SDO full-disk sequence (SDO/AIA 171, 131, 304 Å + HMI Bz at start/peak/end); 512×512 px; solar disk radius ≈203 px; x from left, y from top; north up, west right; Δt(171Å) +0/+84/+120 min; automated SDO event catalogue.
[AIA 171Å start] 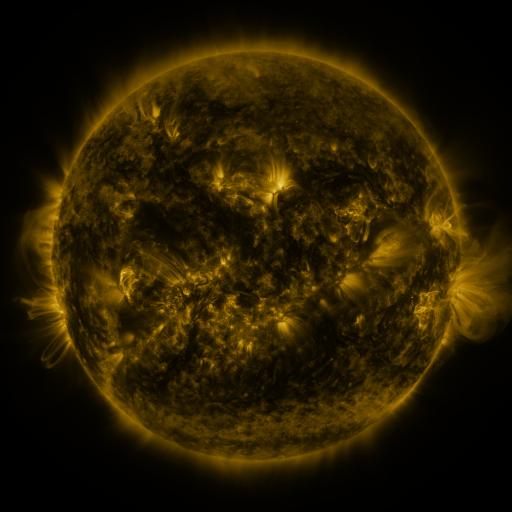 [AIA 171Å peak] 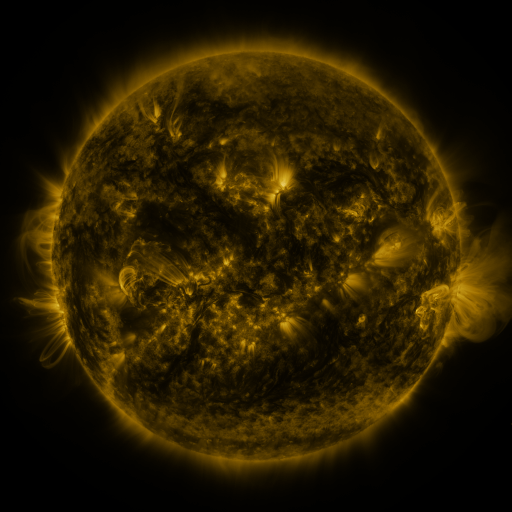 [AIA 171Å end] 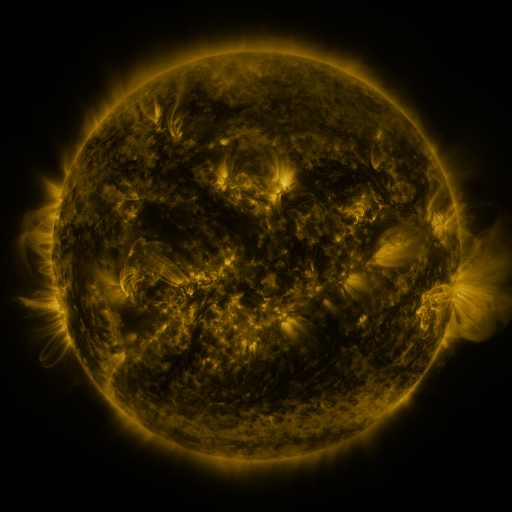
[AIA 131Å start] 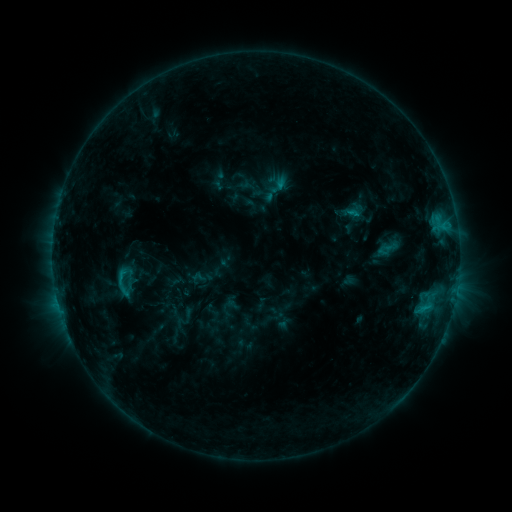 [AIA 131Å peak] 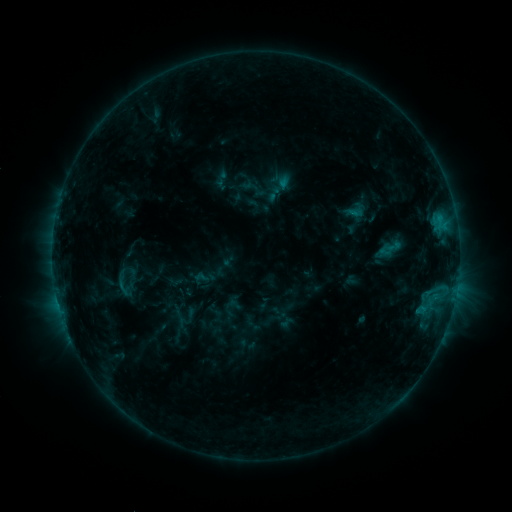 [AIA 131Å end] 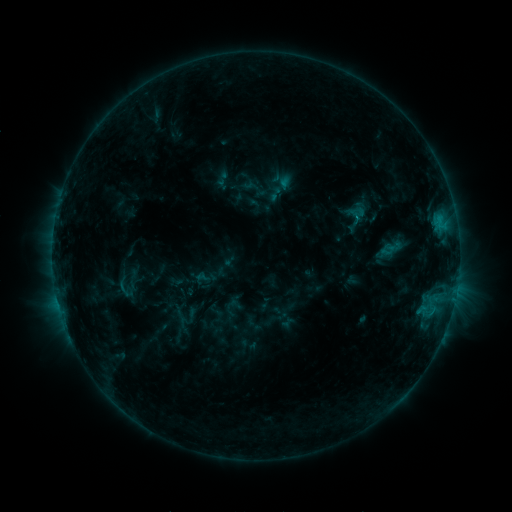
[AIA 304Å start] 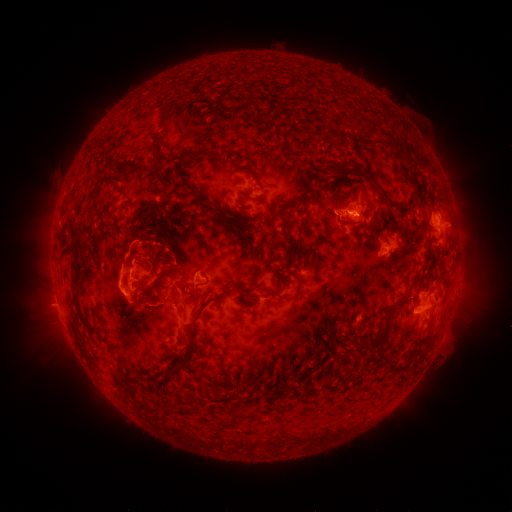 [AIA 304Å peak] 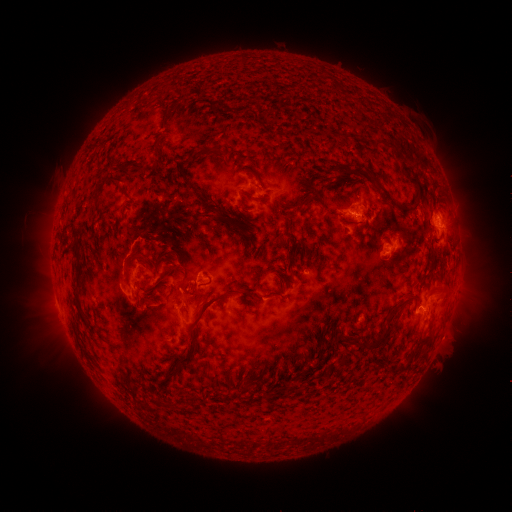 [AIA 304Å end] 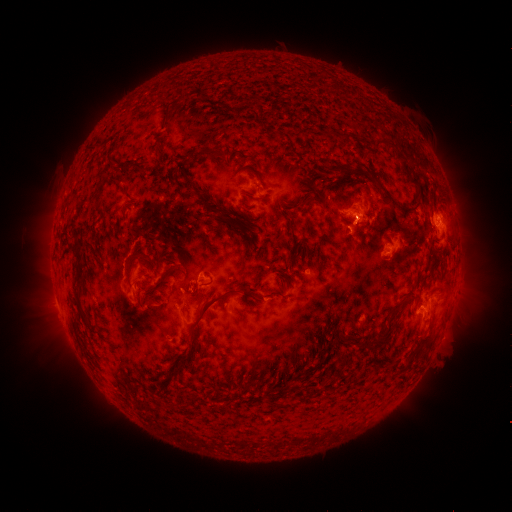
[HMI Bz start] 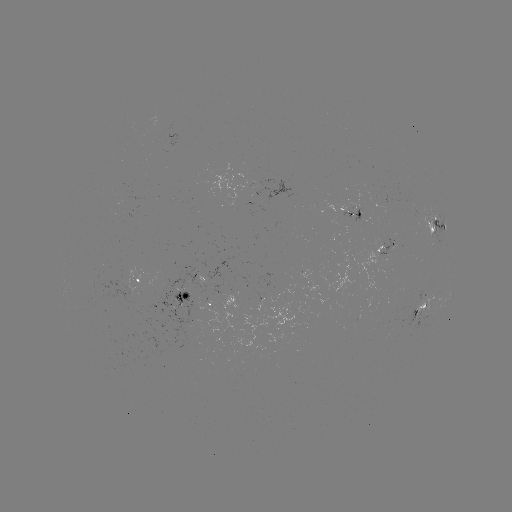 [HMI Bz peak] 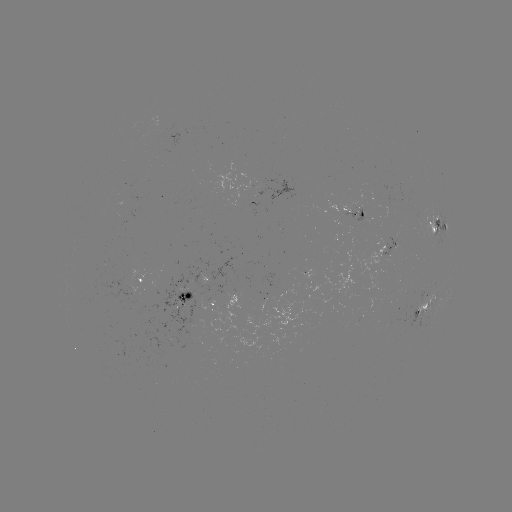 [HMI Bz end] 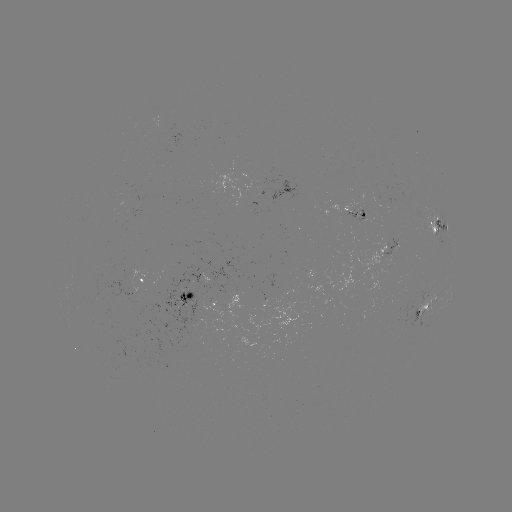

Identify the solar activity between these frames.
emerging-flux region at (125, 193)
